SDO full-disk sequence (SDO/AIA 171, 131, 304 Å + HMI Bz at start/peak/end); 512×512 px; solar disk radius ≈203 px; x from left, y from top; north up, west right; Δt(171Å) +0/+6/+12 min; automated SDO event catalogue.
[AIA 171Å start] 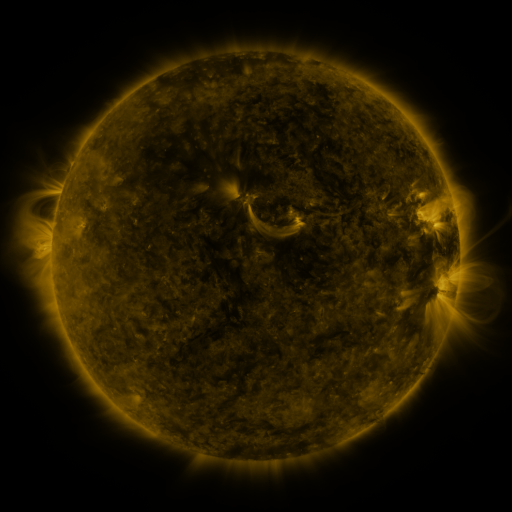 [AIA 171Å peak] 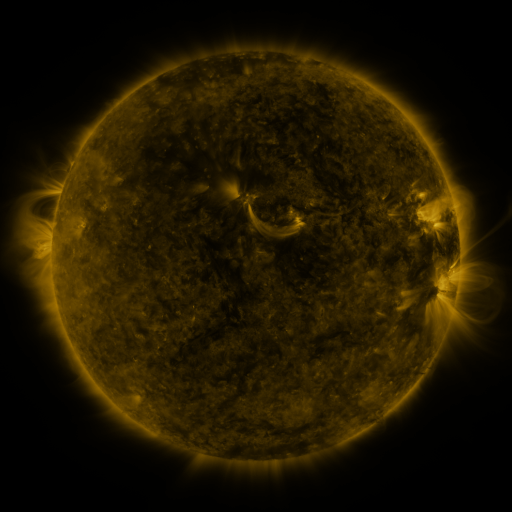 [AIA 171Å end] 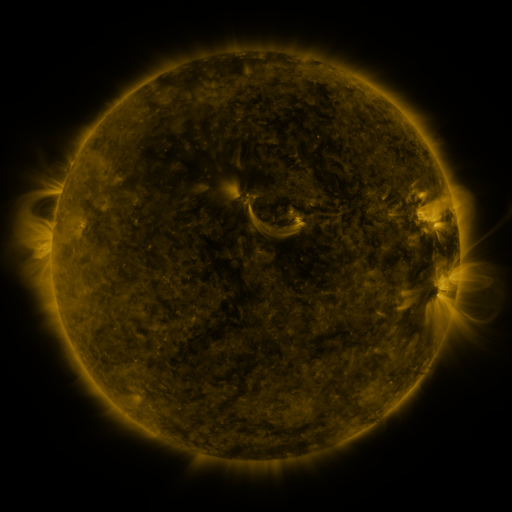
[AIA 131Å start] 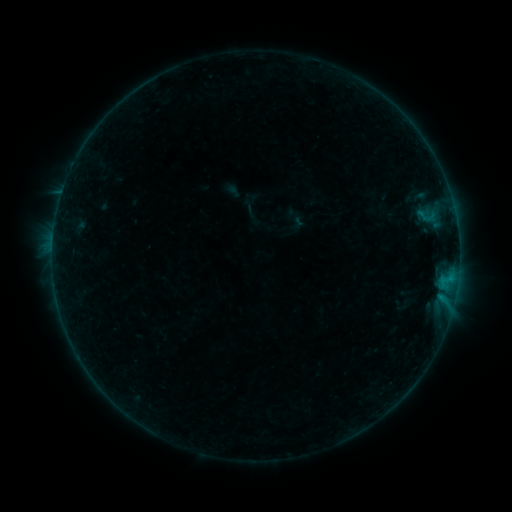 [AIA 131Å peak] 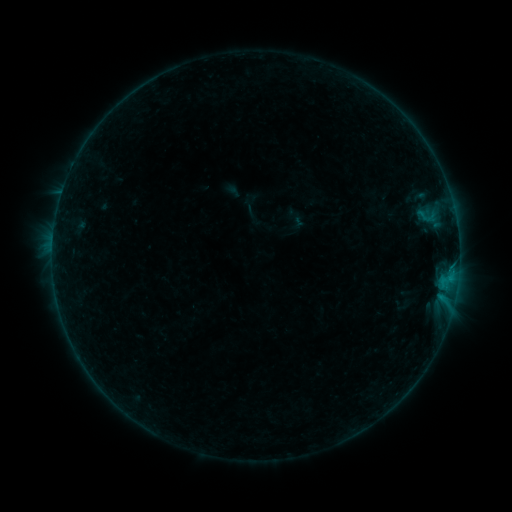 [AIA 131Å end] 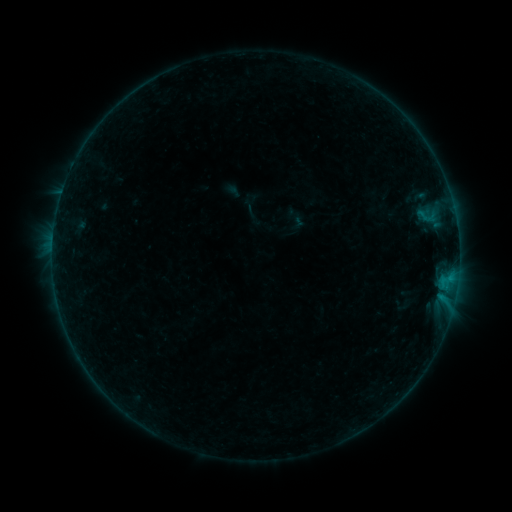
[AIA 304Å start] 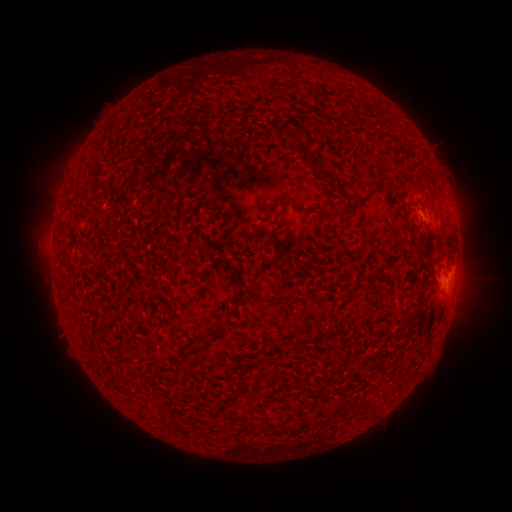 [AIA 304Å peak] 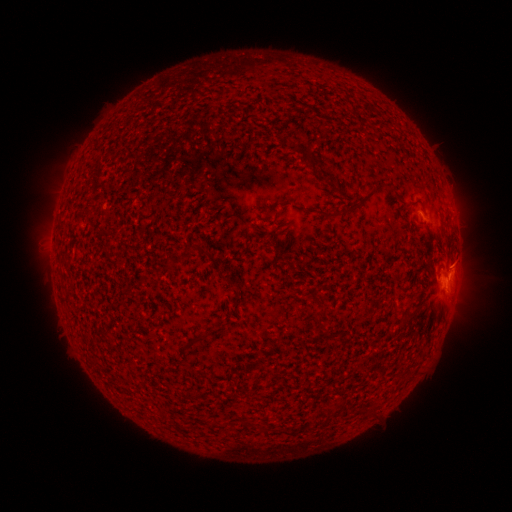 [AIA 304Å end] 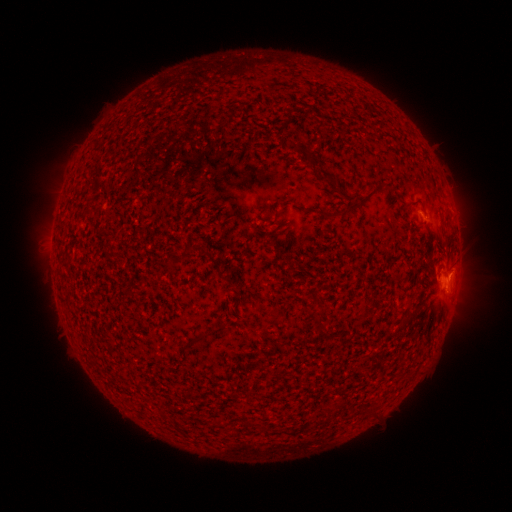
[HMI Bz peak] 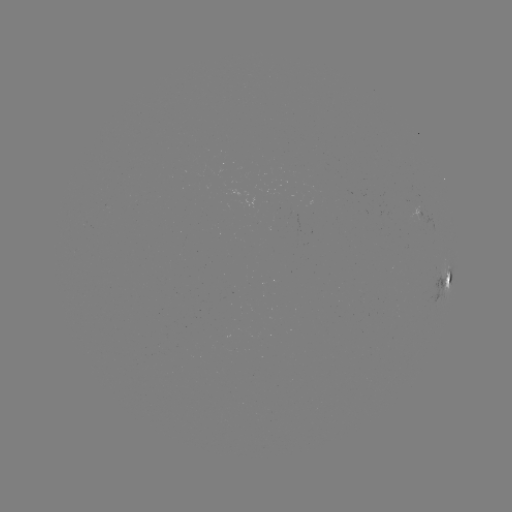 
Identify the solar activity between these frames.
eruption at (455, 261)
